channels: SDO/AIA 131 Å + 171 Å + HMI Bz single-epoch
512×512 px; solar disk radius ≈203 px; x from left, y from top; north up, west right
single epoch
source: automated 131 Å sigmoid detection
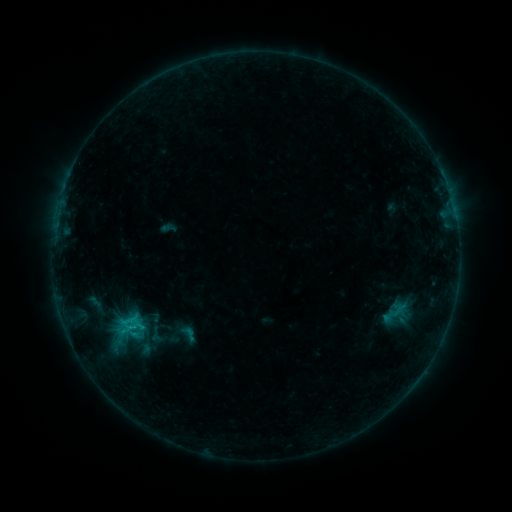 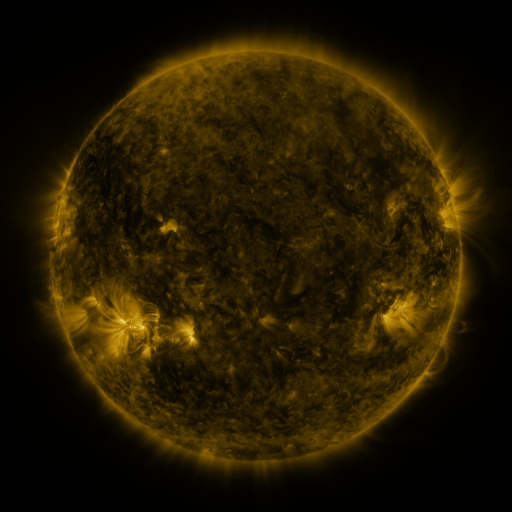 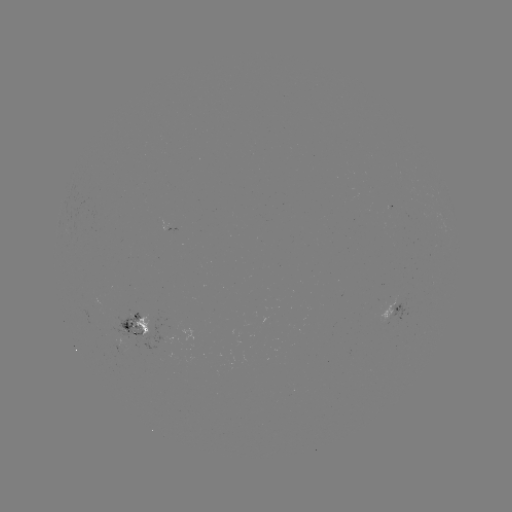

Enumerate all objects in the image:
sigmoid: <bbox>110, 309, 146, 341</bbox>
sigmoid: <bbox>125, 326, 152, 349</bbox>
